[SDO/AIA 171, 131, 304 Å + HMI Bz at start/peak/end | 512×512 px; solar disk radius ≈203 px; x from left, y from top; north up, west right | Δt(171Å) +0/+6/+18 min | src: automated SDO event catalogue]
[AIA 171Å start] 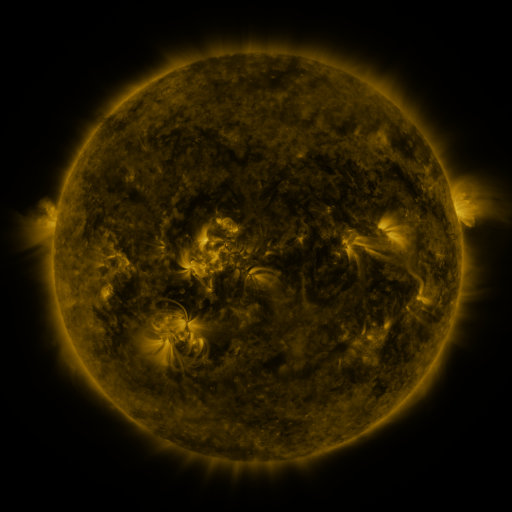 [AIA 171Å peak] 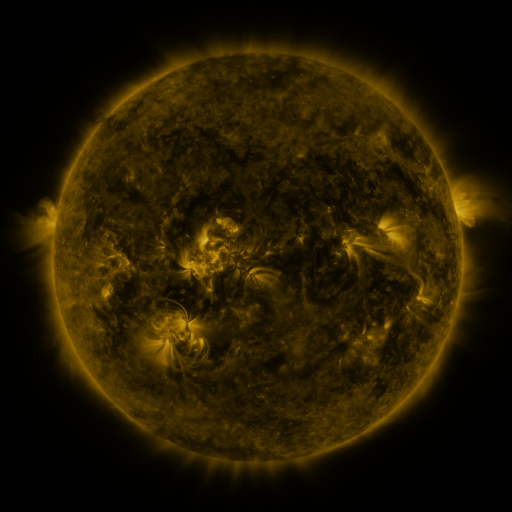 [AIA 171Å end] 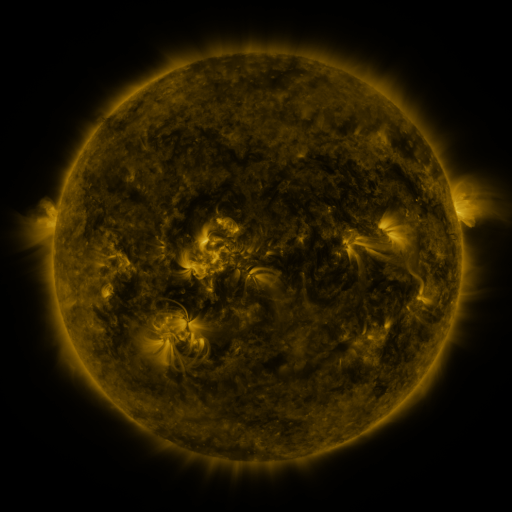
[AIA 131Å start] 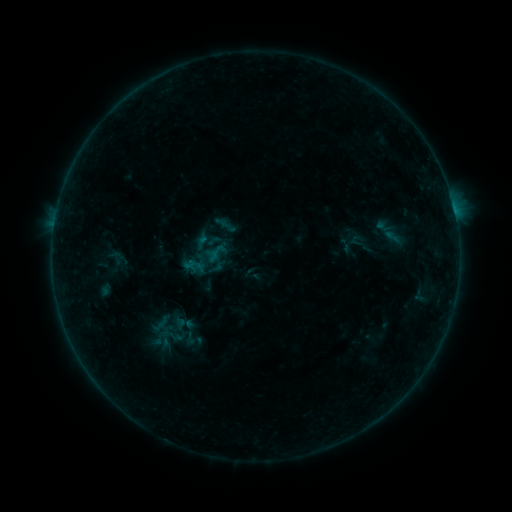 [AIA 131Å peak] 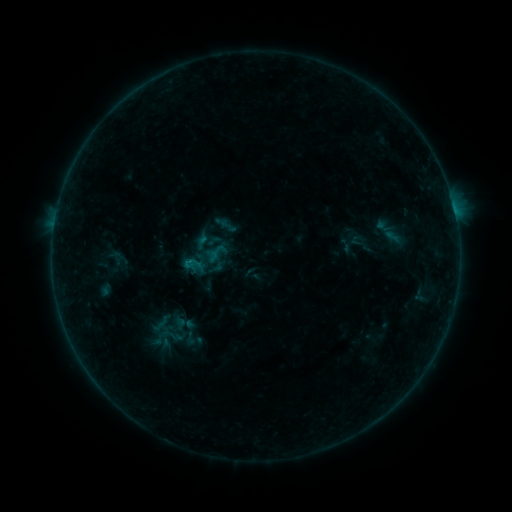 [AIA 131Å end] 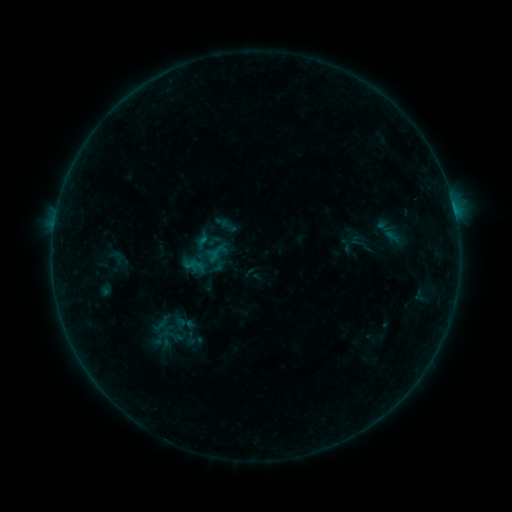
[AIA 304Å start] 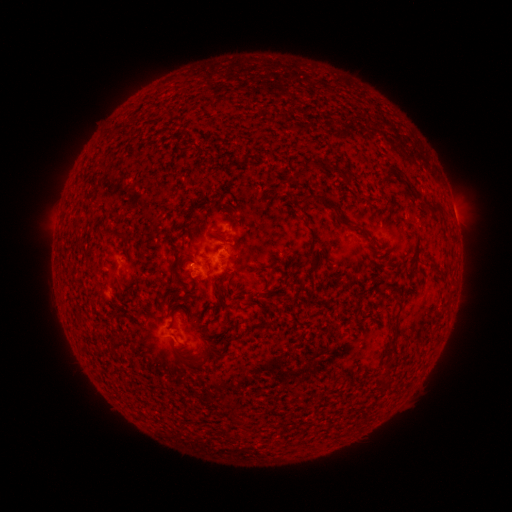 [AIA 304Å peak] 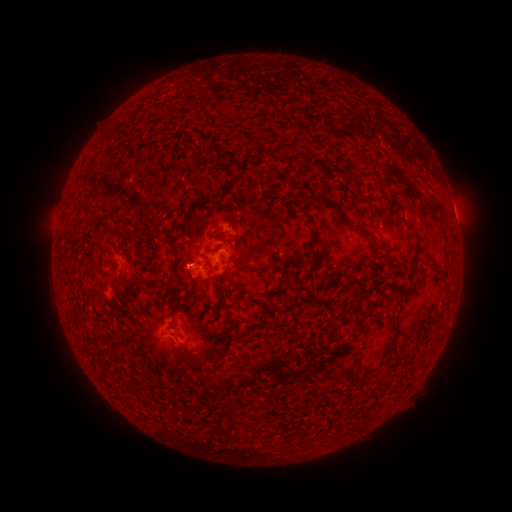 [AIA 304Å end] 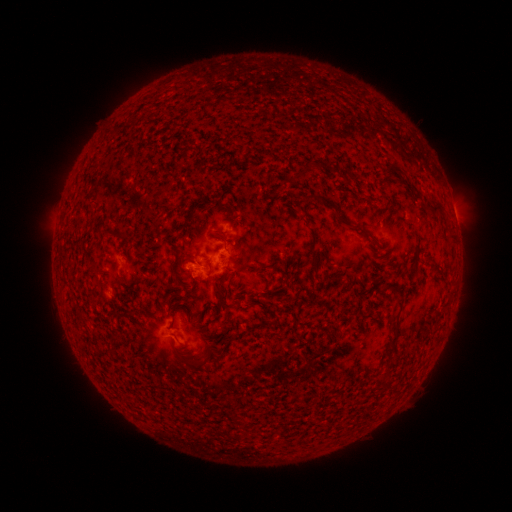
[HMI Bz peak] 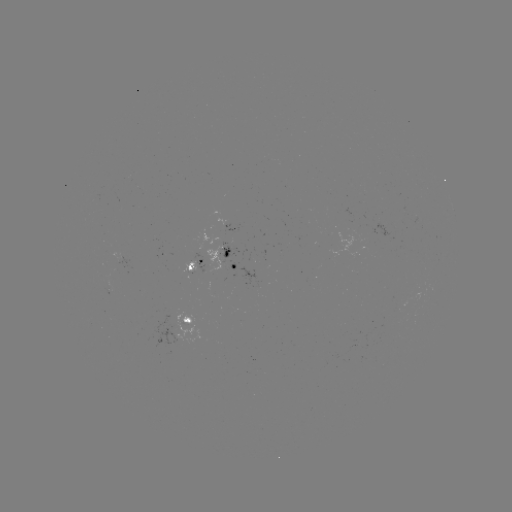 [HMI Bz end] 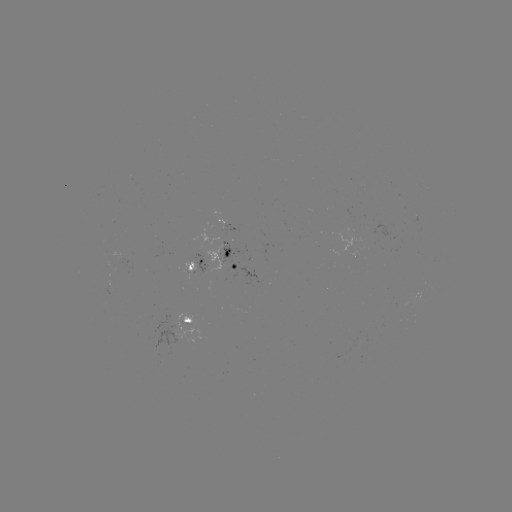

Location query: B2.5 flare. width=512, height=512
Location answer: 189,267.